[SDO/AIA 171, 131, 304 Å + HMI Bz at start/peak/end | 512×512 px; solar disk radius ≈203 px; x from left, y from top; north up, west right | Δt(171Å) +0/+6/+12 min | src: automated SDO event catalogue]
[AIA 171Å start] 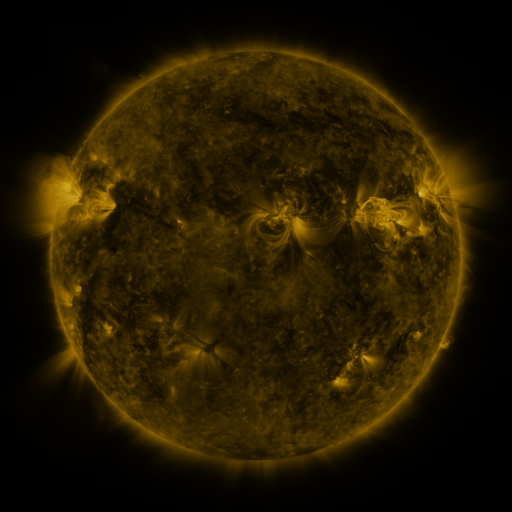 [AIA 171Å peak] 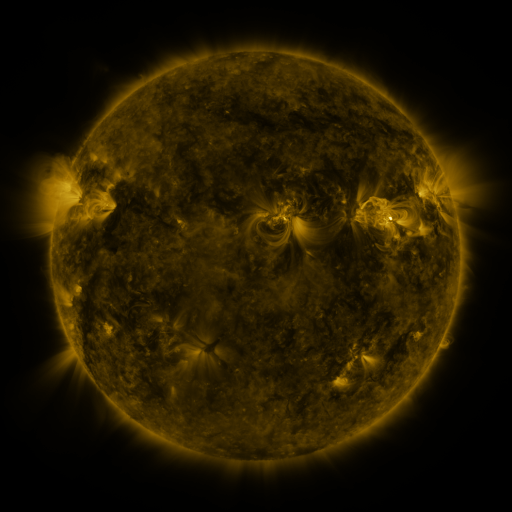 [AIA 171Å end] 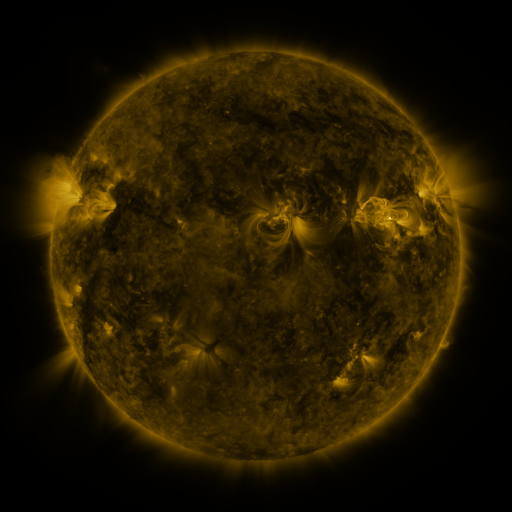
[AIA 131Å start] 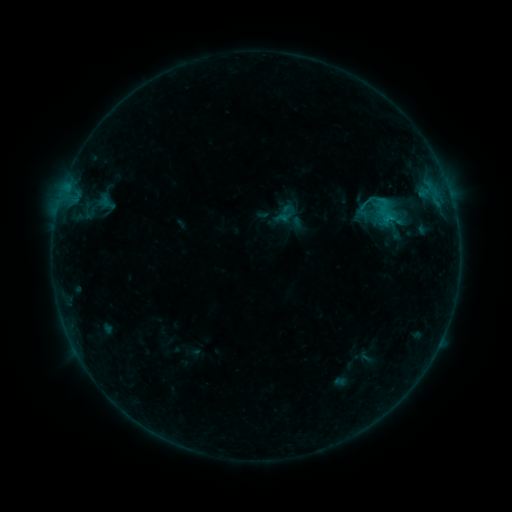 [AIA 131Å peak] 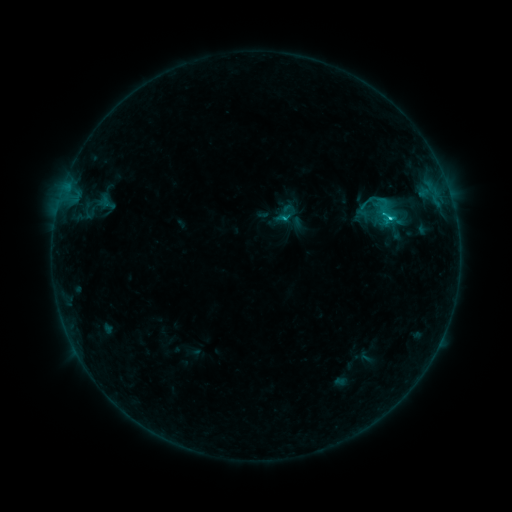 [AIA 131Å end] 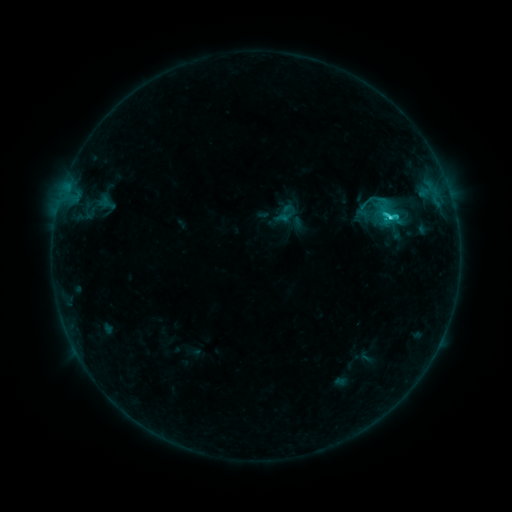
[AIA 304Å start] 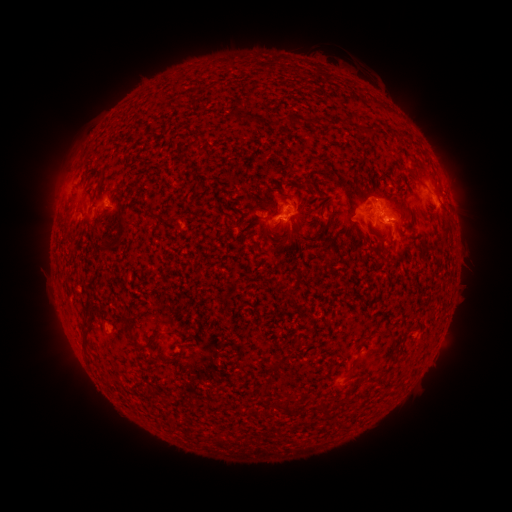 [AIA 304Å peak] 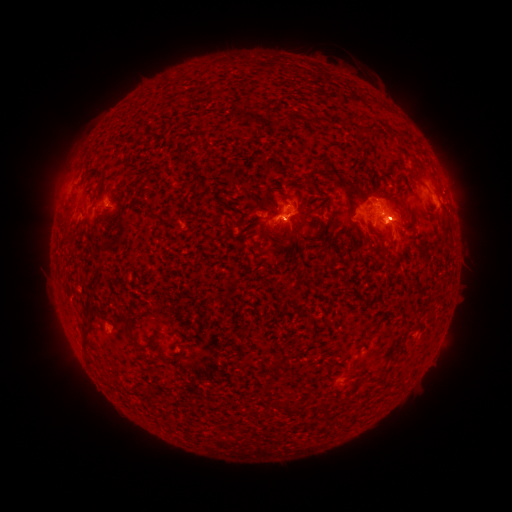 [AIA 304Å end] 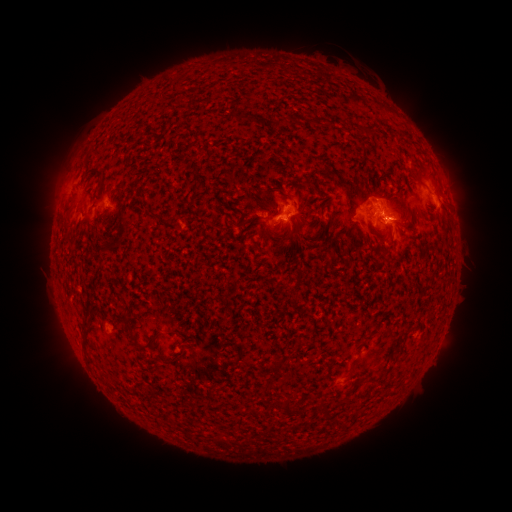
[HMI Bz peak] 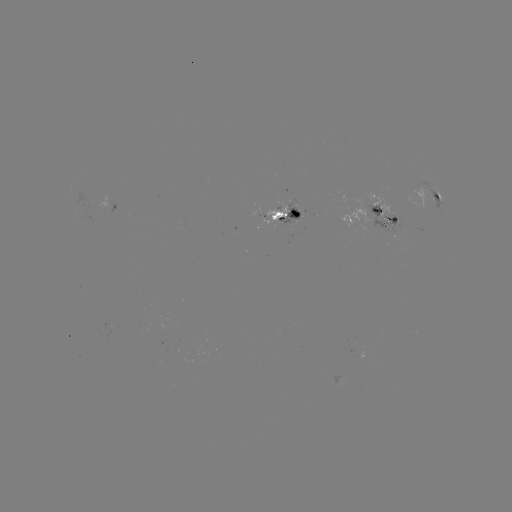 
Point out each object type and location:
eruption: (402, 219)
